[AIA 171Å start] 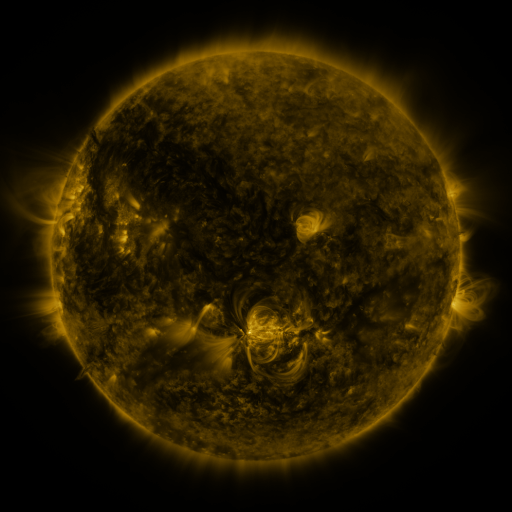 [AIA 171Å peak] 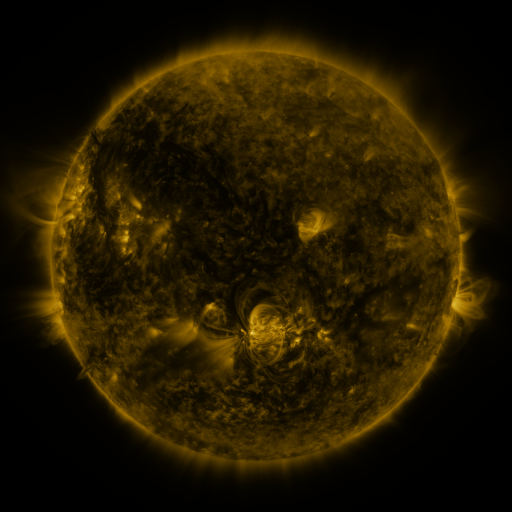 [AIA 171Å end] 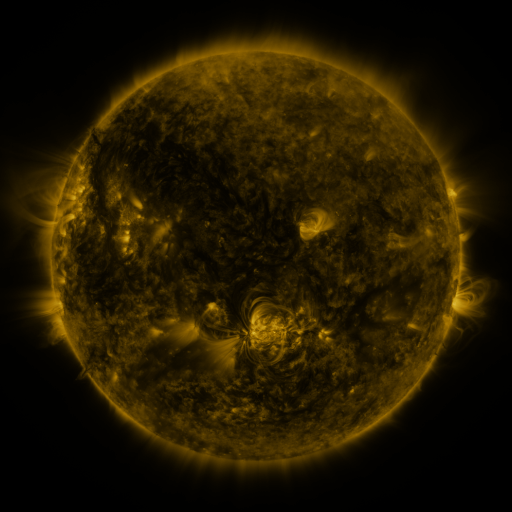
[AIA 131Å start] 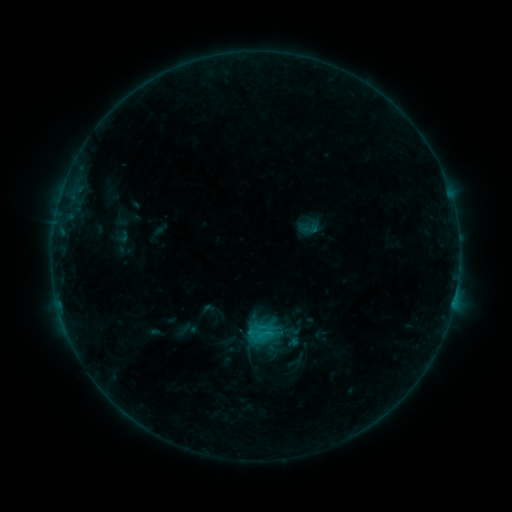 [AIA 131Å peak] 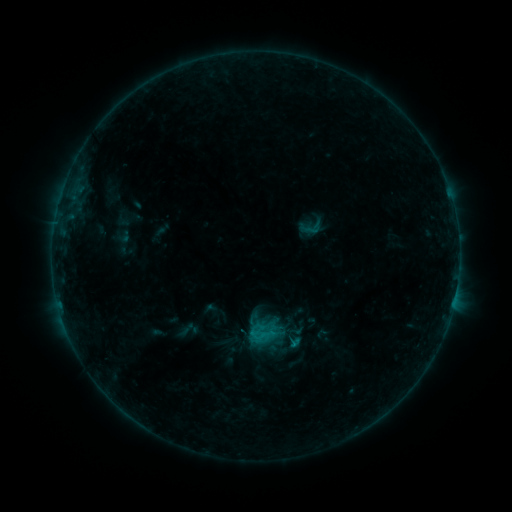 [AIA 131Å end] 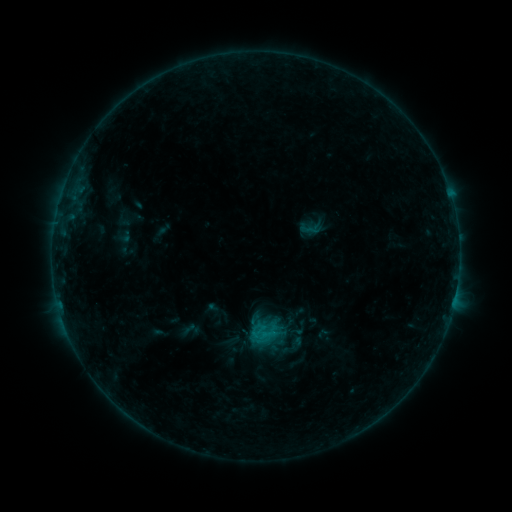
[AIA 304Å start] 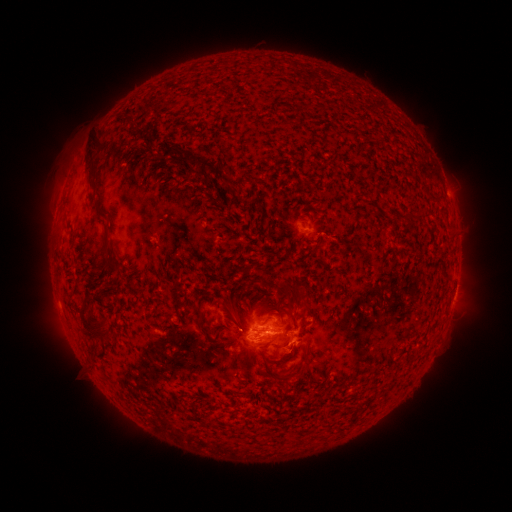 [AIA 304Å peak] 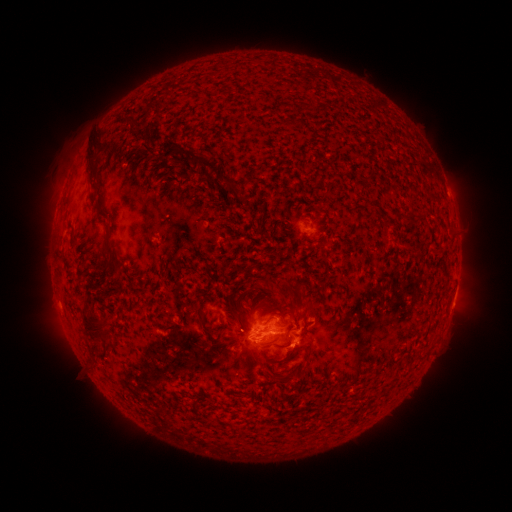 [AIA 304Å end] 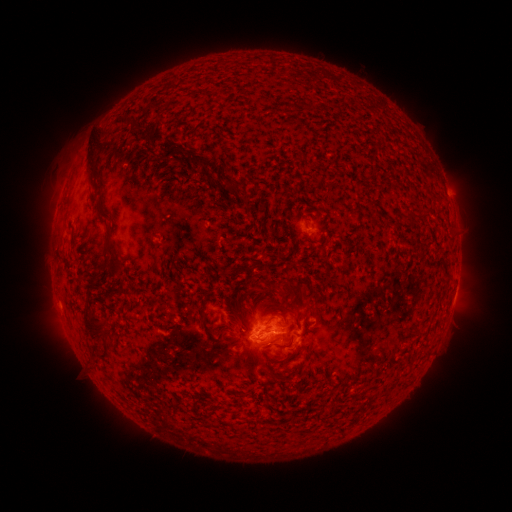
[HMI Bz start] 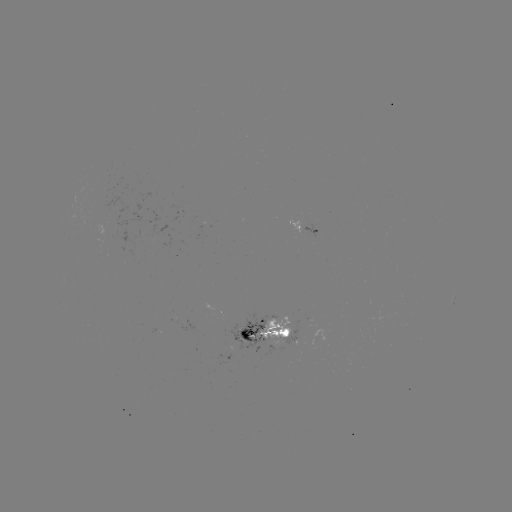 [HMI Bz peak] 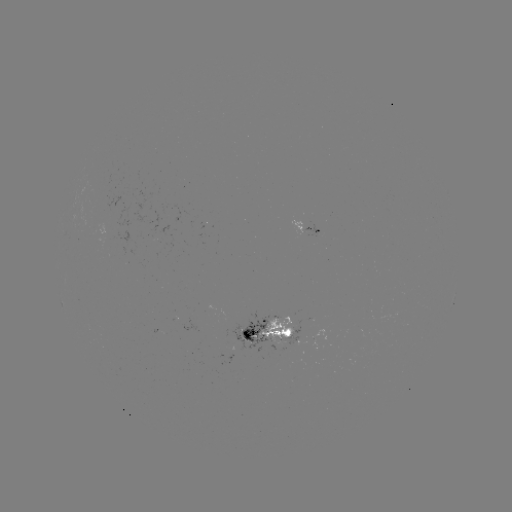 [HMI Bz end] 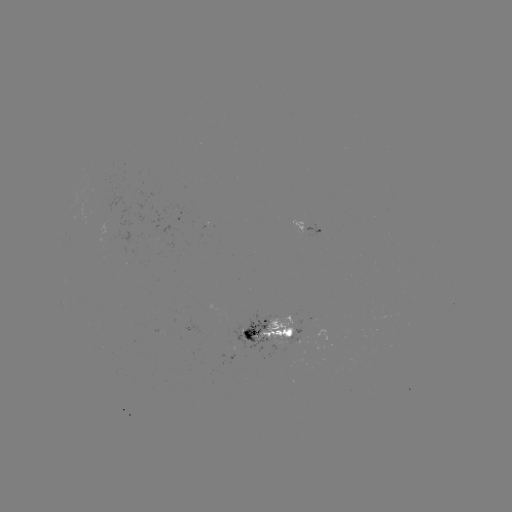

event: emerging-flux region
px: (296, 327)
